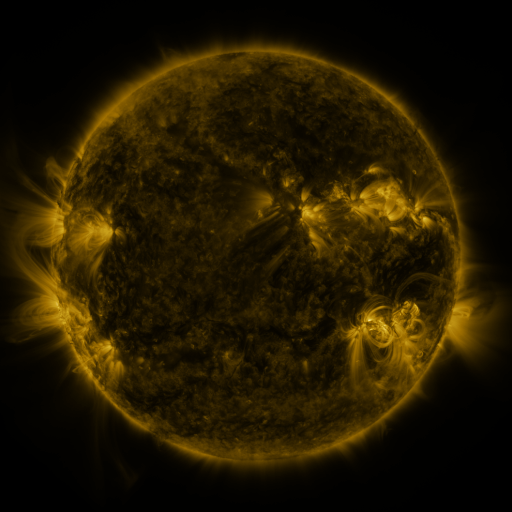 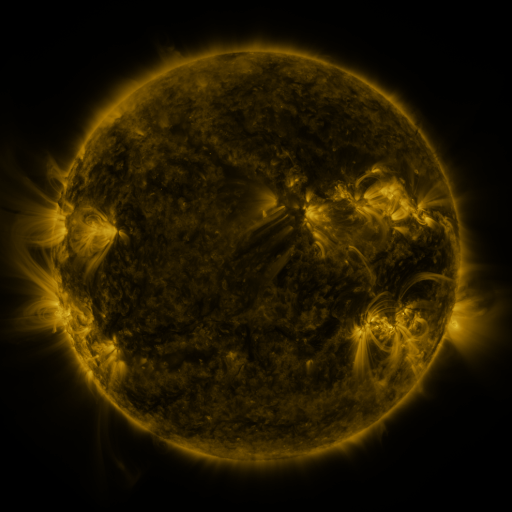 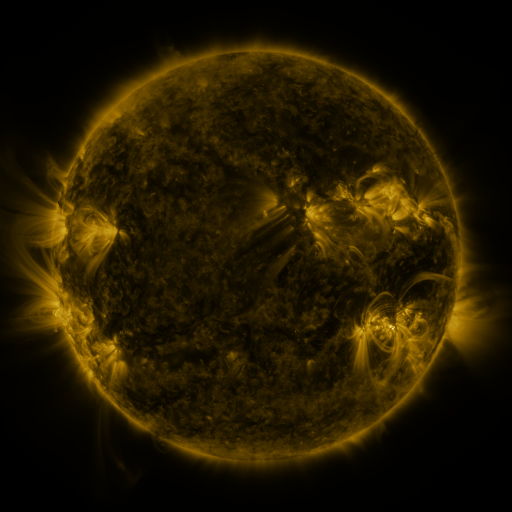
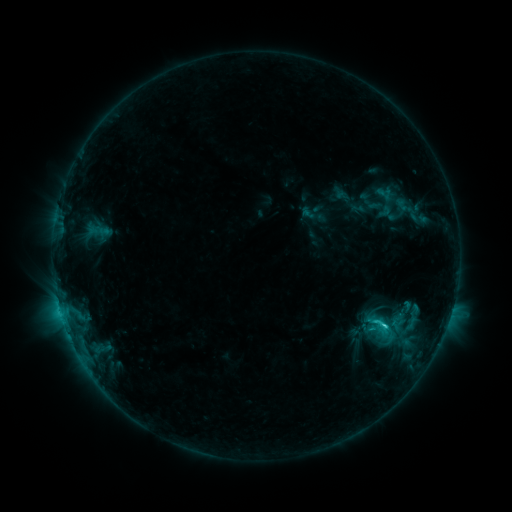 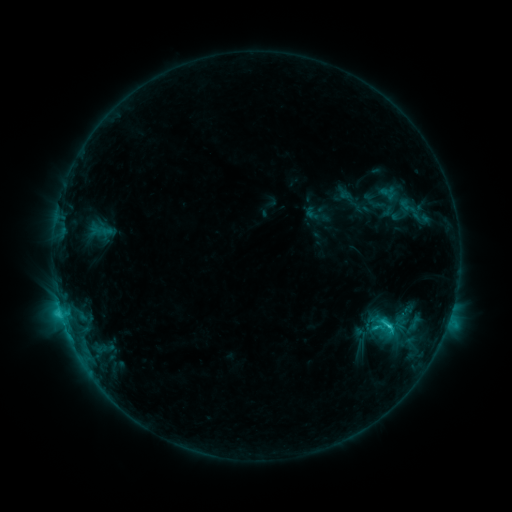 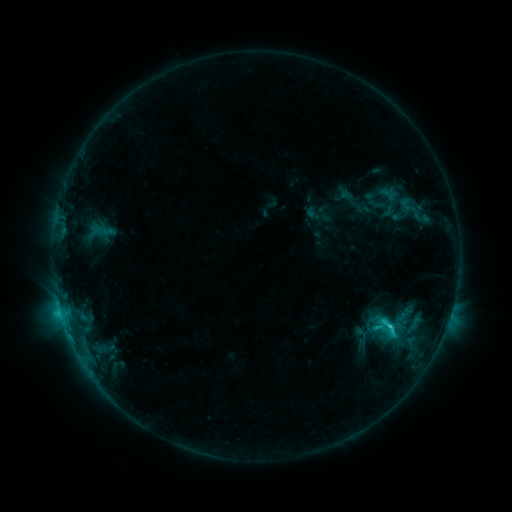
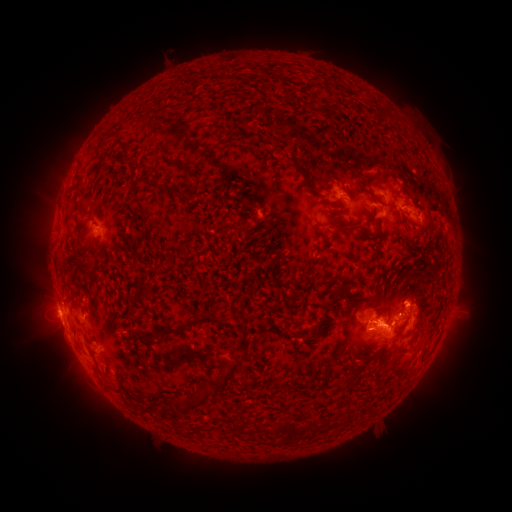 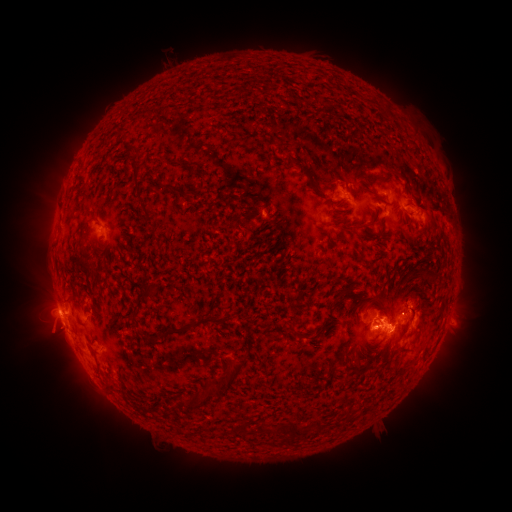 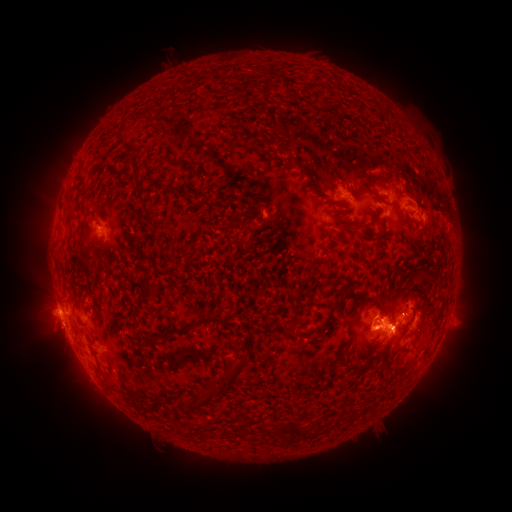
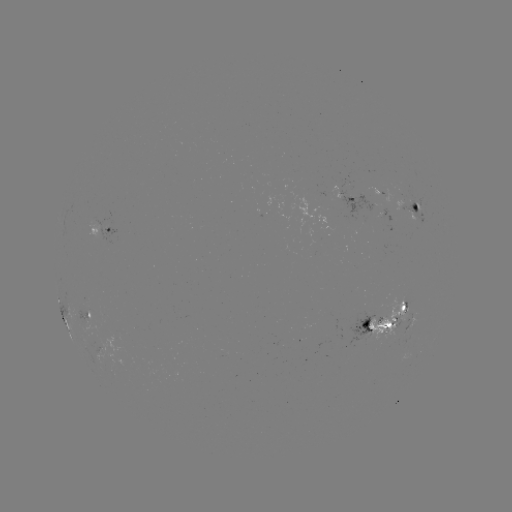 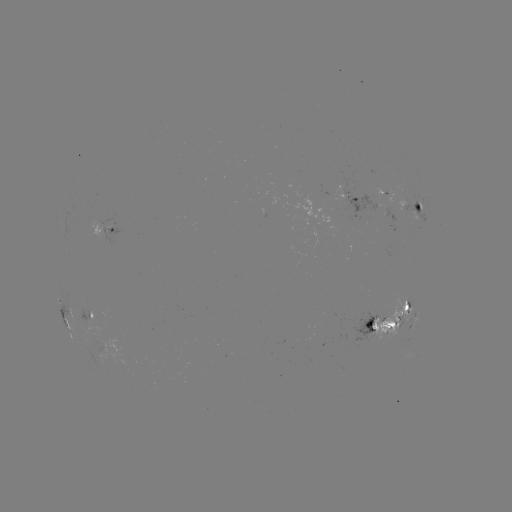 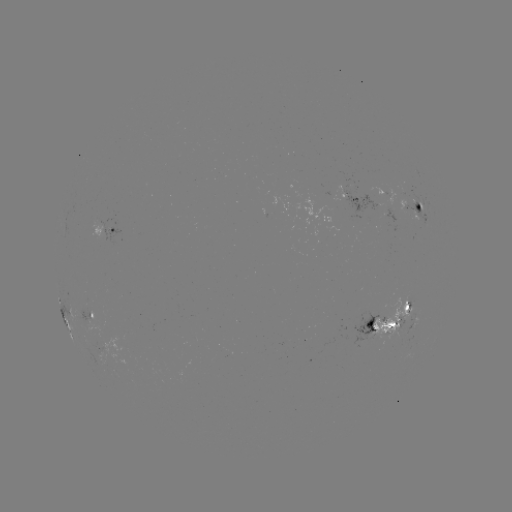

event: emerging-flux region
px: (403, 319)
